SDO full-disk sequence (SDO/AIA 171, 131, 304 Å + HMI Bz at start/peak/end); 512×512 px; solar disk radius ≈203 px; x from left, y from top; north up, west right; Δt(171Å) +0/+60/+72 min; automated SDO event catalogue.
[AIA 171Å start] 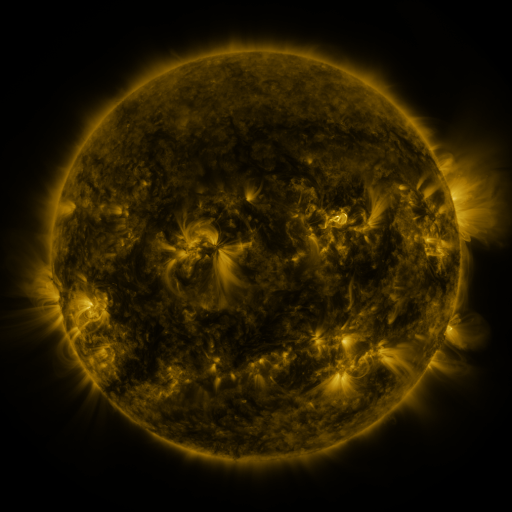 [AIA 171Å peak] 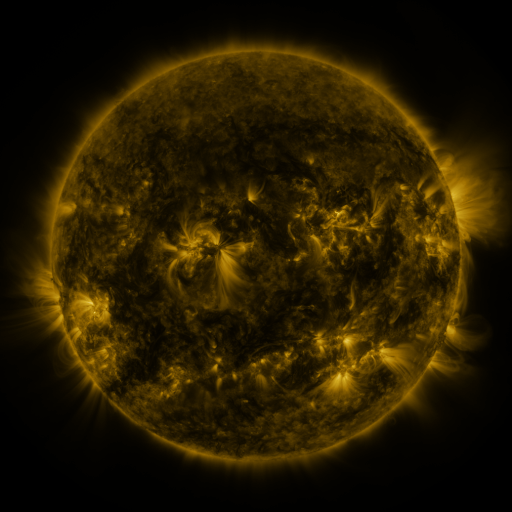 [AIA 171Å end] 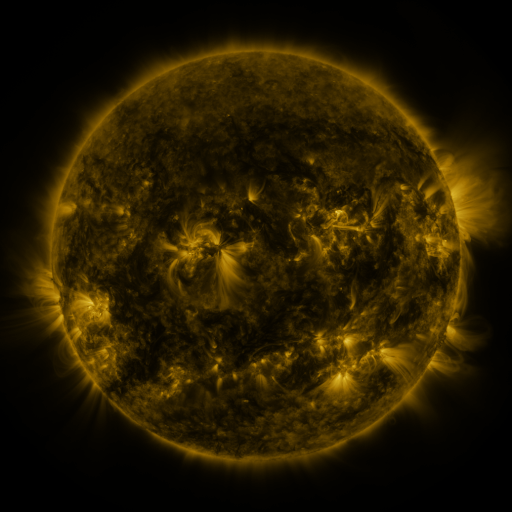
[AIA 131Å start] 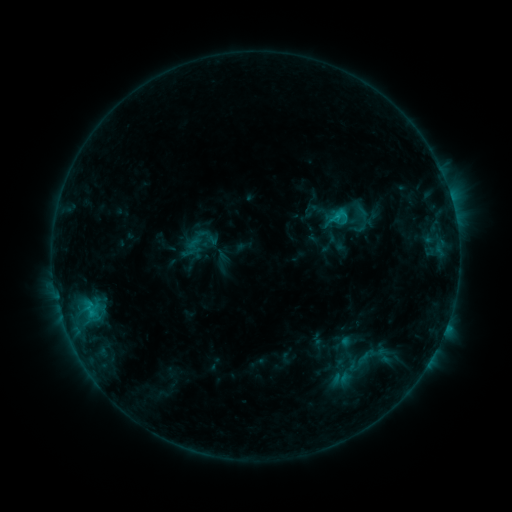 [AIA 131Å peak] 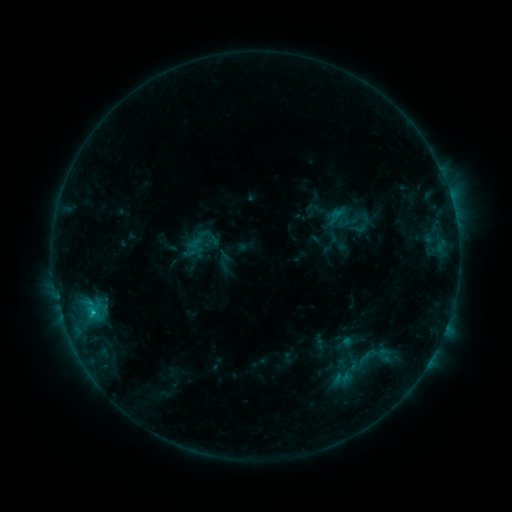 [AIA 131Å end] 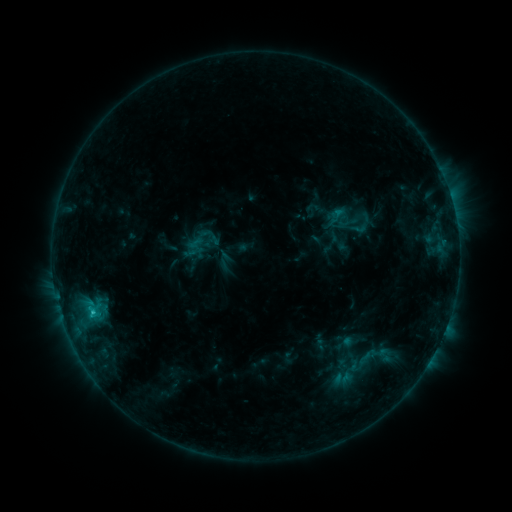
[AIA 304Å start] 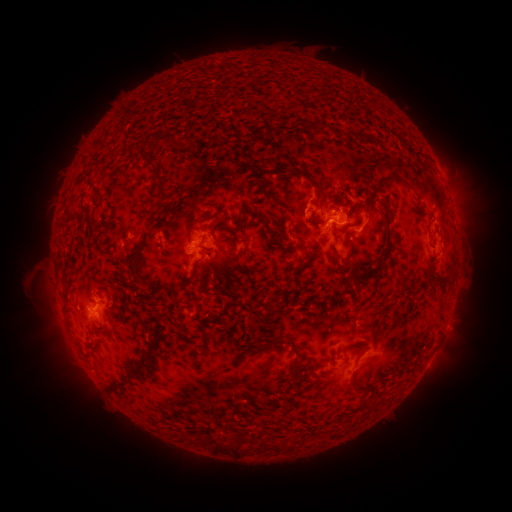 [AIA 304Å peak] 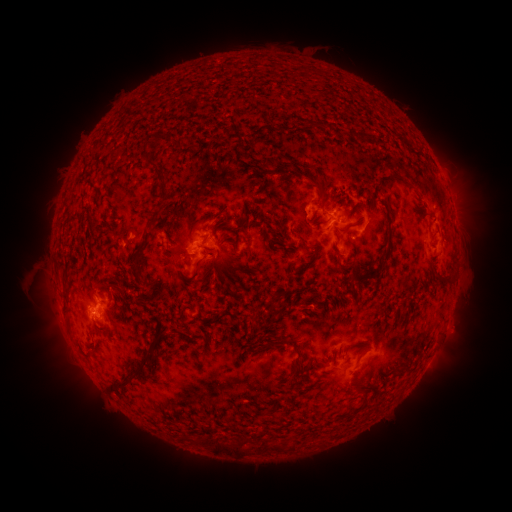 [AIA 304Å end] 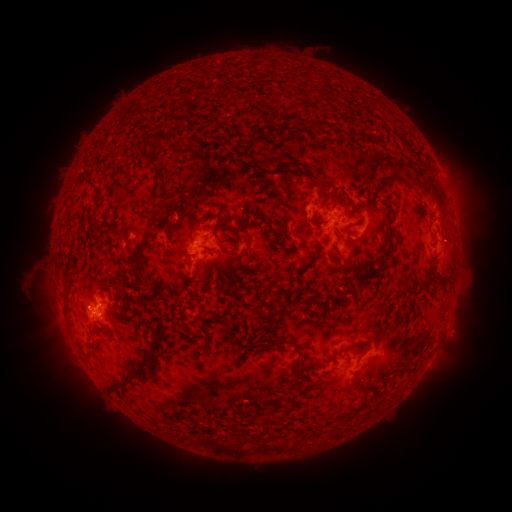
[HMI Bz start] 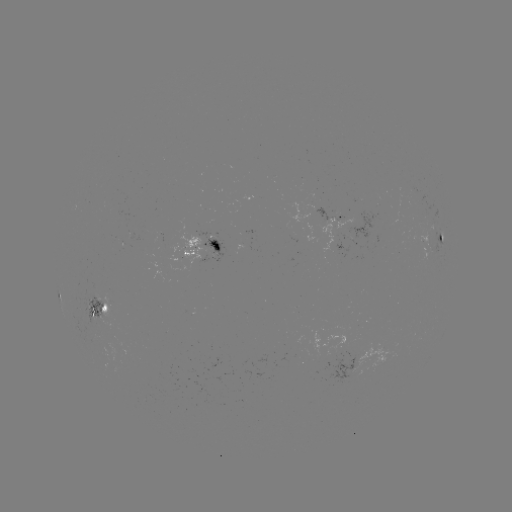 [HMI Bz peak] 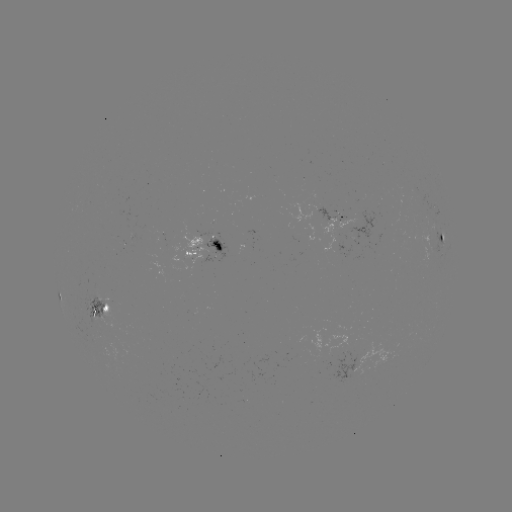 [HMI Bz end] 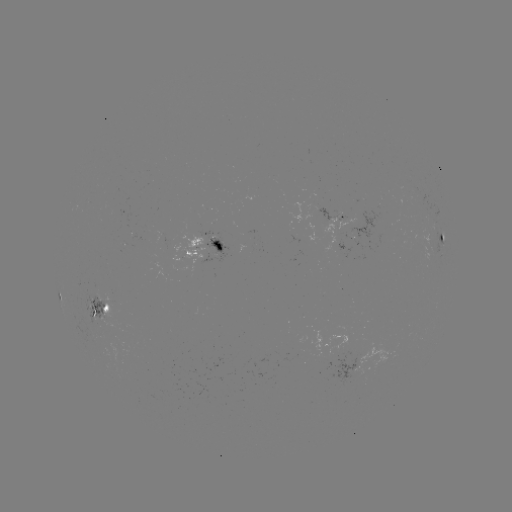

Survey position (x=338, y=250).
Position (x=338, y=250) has emerging-flux region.